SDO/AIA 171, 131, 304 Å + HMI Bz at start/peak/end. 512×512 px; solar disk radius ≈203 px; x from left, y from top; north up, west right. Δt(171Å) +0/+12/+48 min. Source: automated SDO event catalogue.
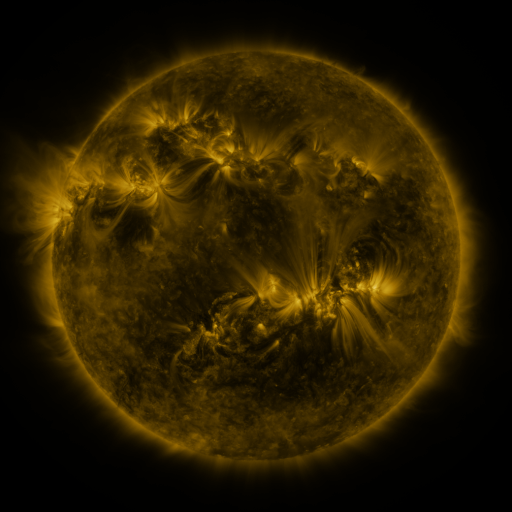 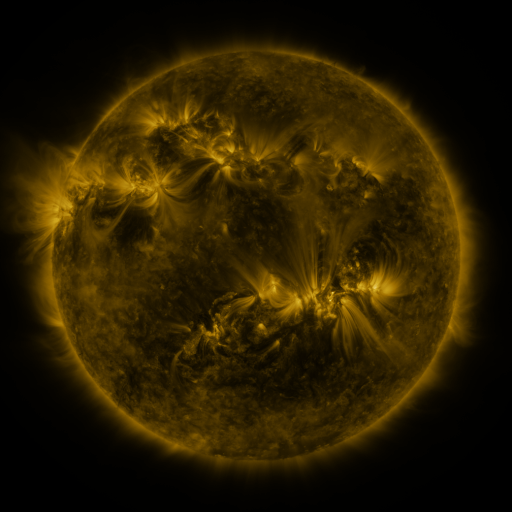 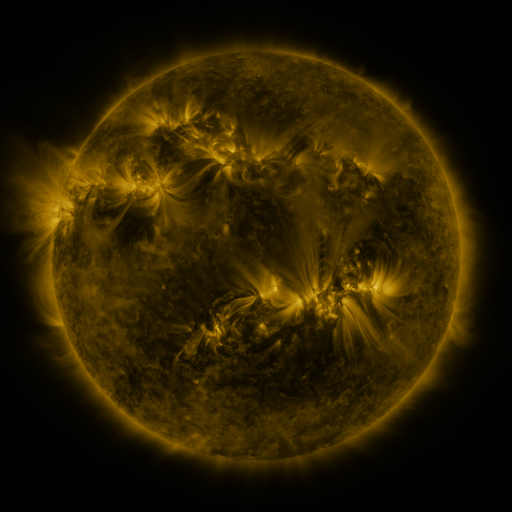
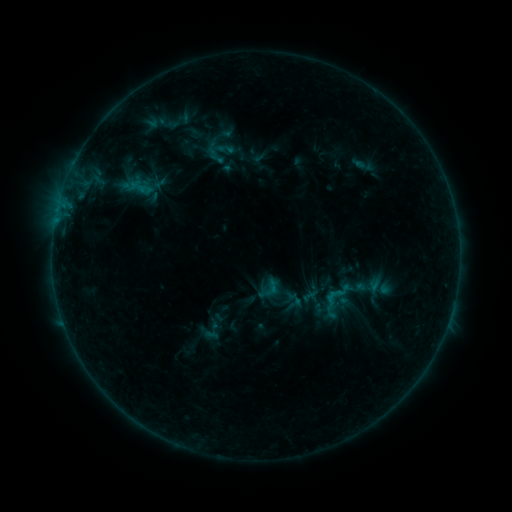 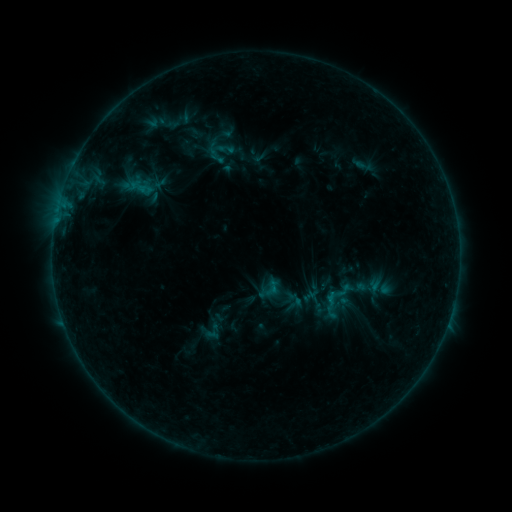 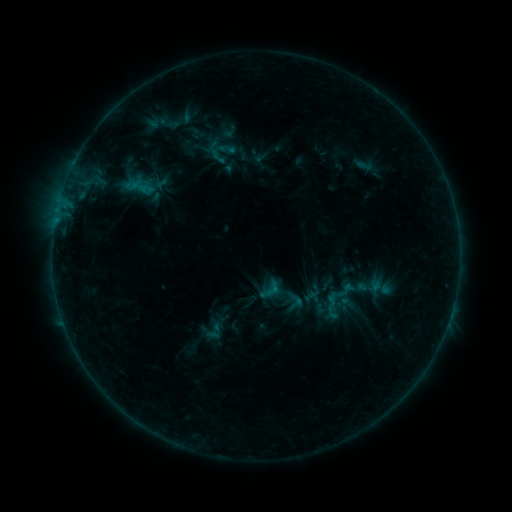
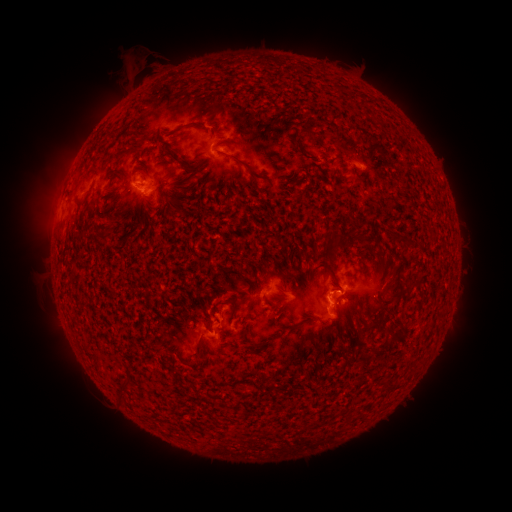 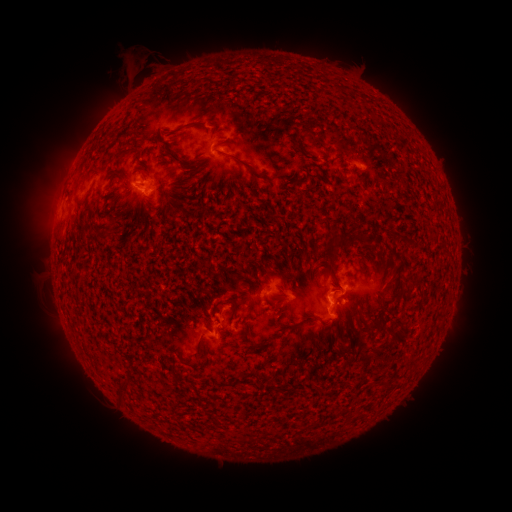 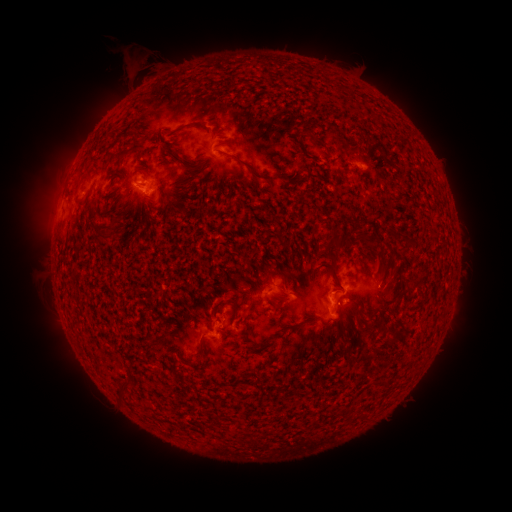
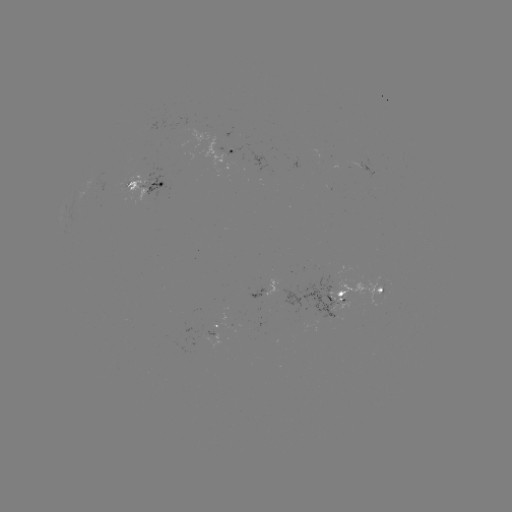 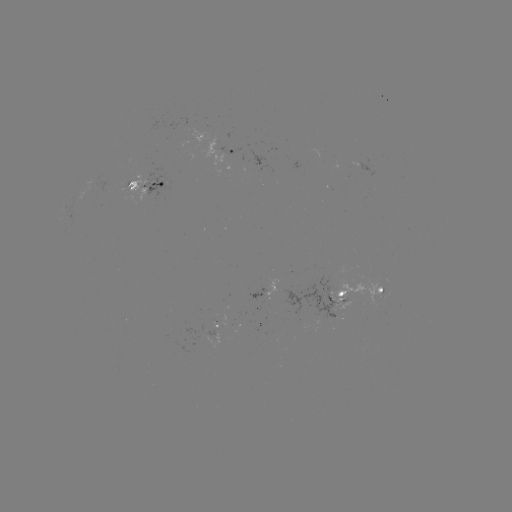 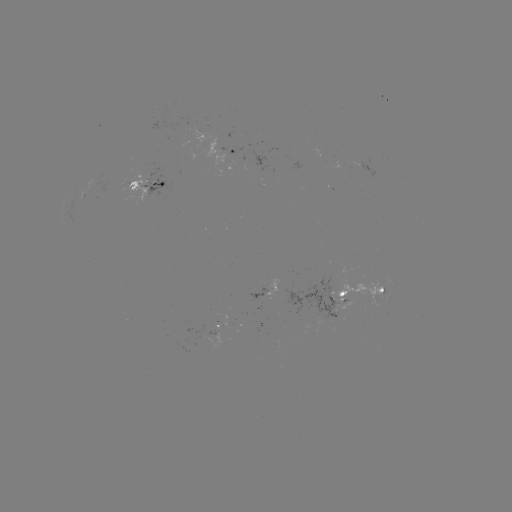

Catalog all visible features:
emerging-flux region: (327, 298)
